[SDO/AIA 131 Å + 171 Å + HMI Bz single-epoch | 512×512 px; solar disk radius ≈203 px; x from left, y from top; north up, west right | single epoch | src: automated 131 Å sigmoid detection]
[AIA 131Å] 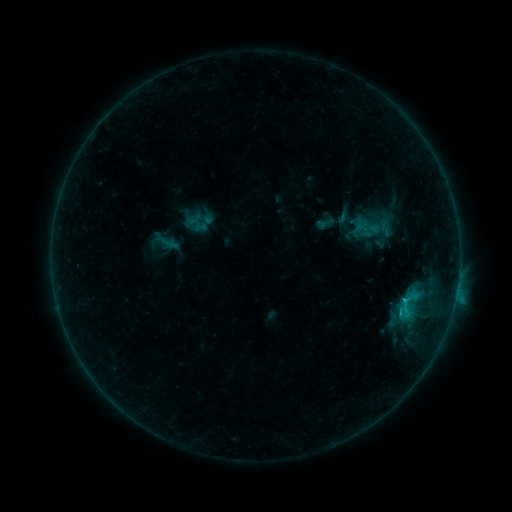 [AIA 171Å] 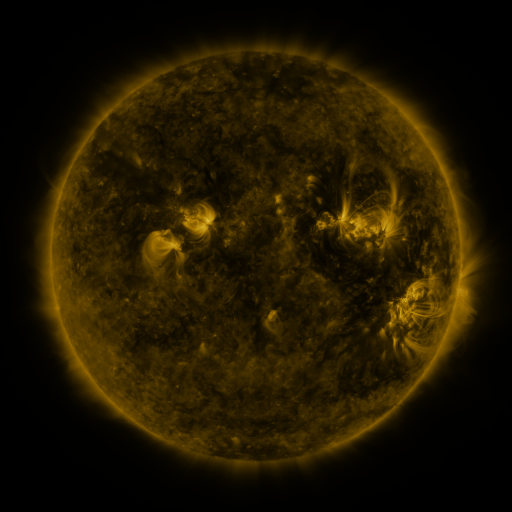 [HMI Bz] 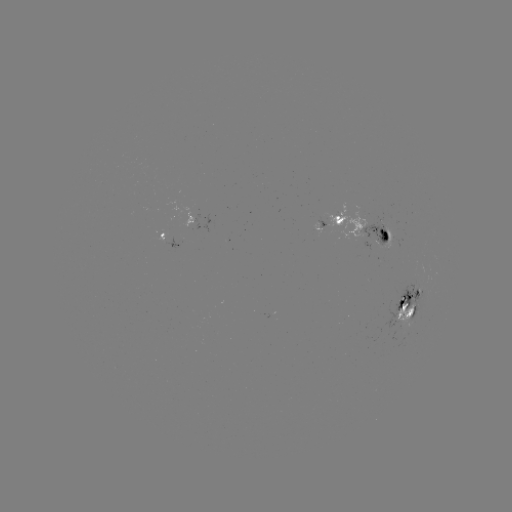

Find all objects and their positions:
sigmoid: <bbox>393, 295, 418, 320</bbox>
